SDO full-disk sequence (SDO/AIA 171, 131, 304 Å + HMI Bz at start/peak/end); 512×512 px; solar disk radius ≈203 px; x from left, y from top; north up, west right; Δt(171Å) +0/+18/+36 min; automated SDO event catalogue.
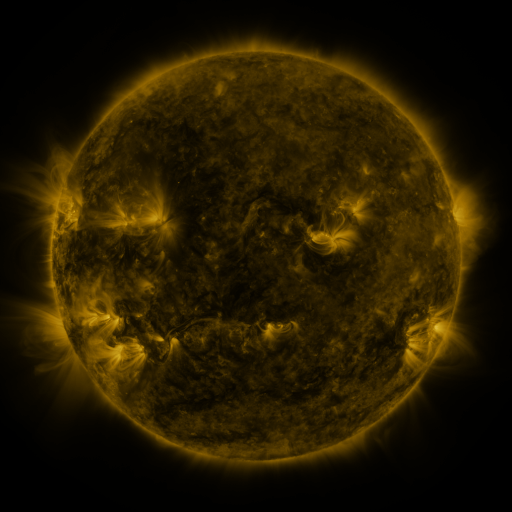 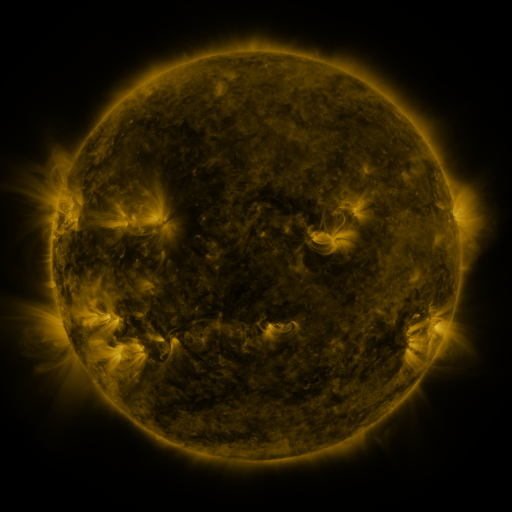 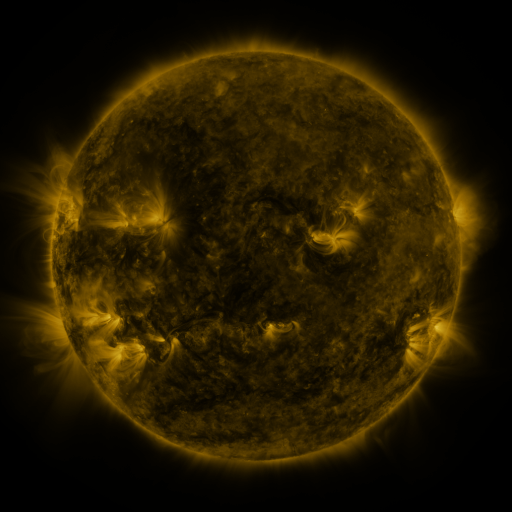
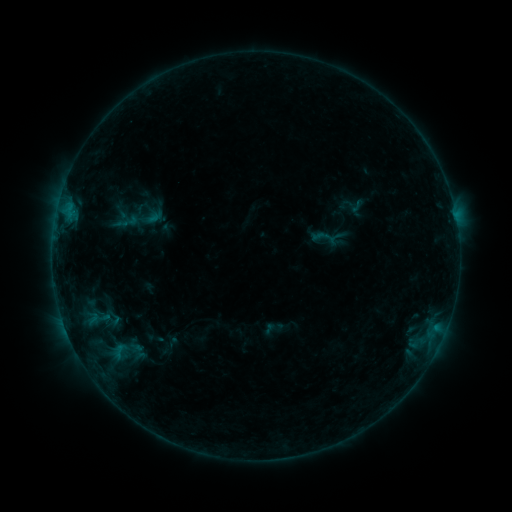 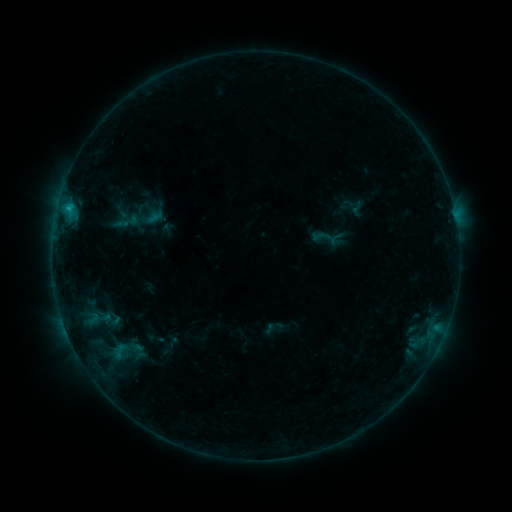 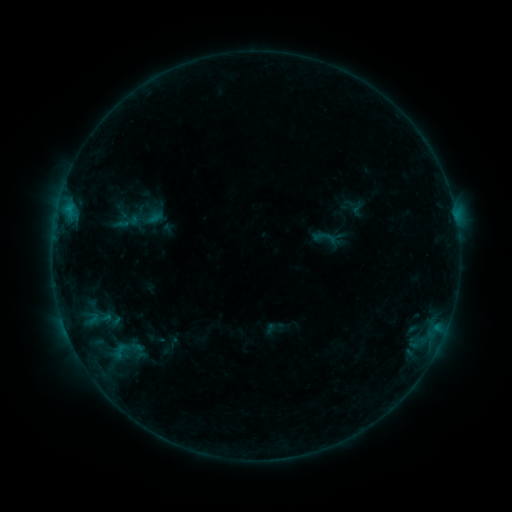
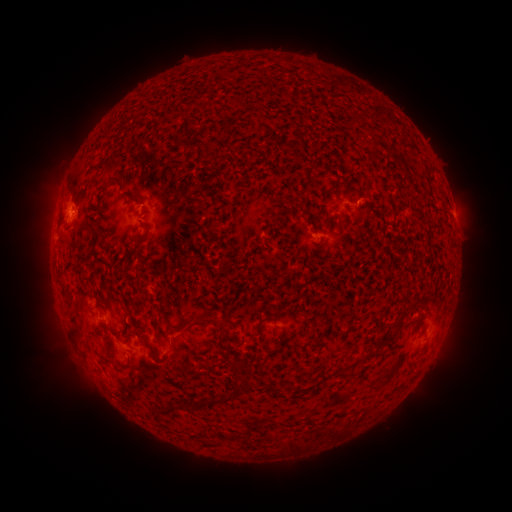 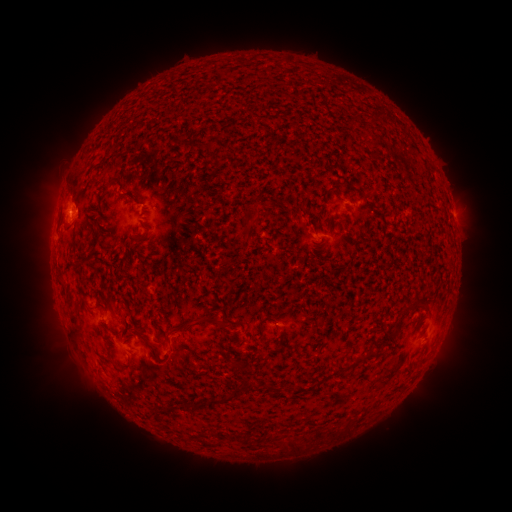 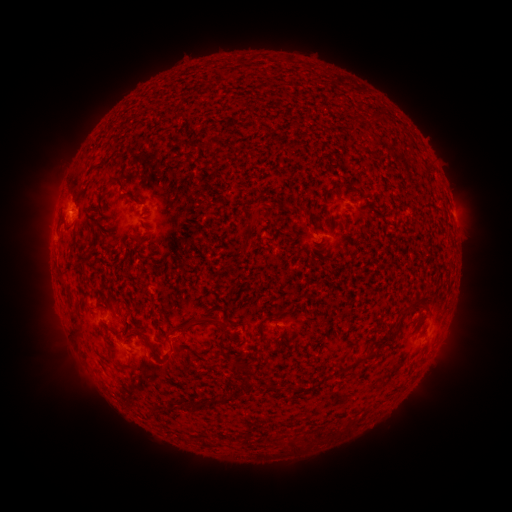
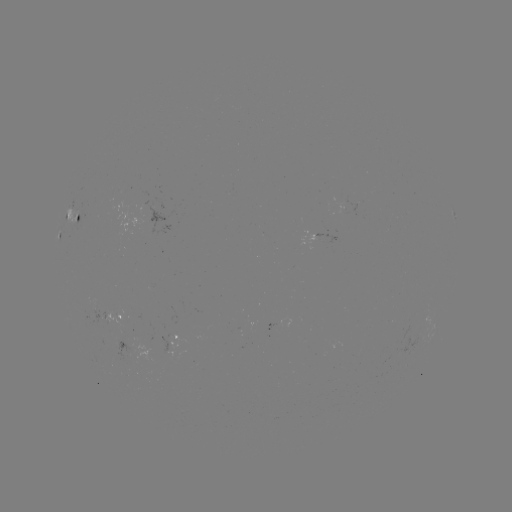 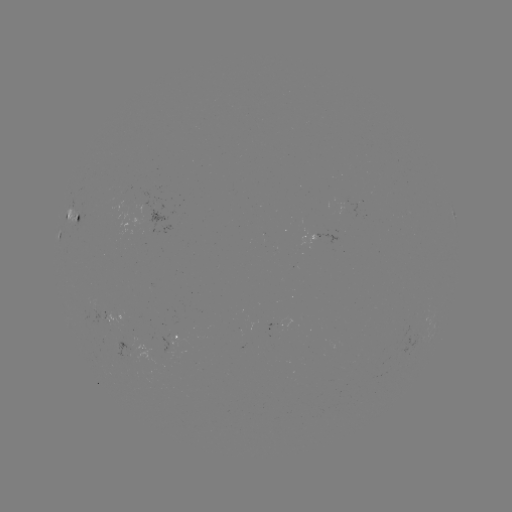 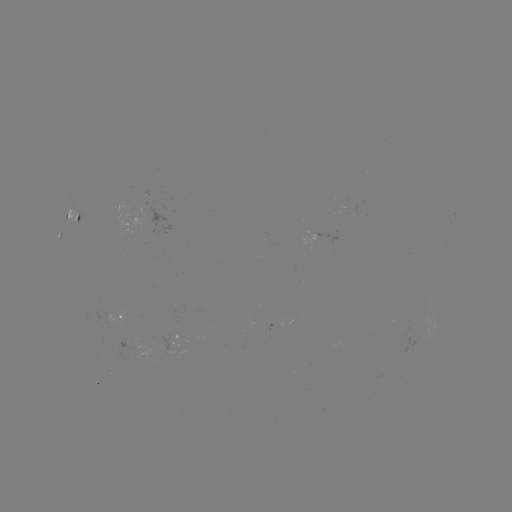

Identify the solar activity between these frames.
B6.6 flare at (68, 210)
